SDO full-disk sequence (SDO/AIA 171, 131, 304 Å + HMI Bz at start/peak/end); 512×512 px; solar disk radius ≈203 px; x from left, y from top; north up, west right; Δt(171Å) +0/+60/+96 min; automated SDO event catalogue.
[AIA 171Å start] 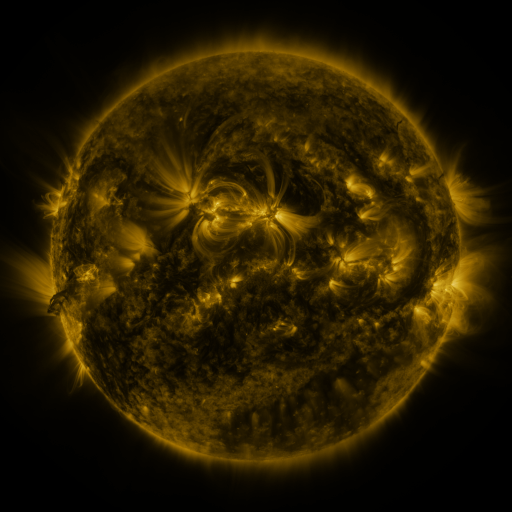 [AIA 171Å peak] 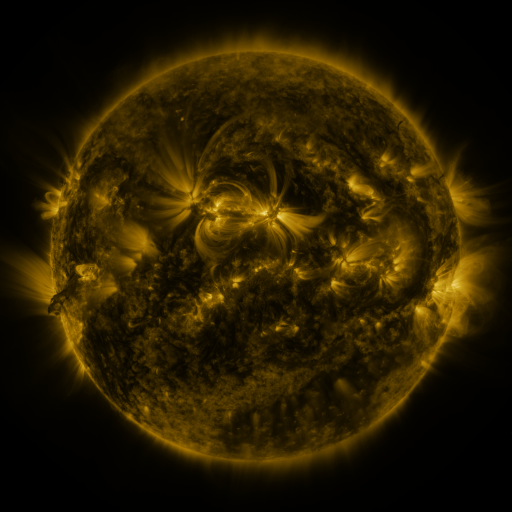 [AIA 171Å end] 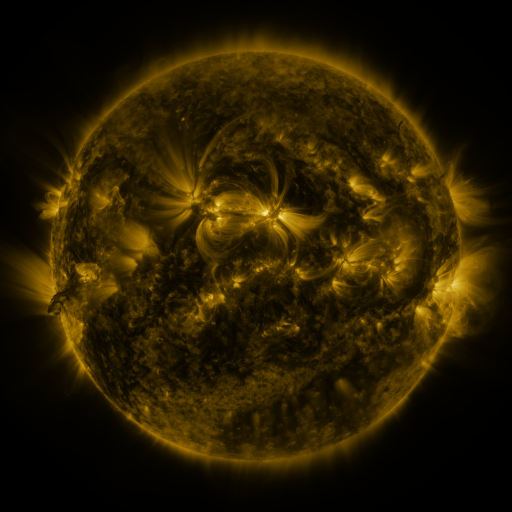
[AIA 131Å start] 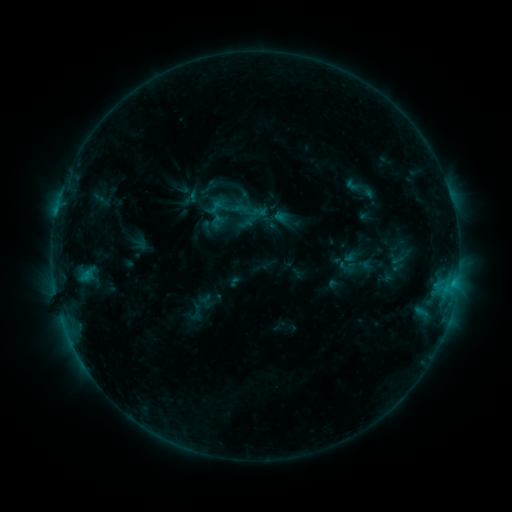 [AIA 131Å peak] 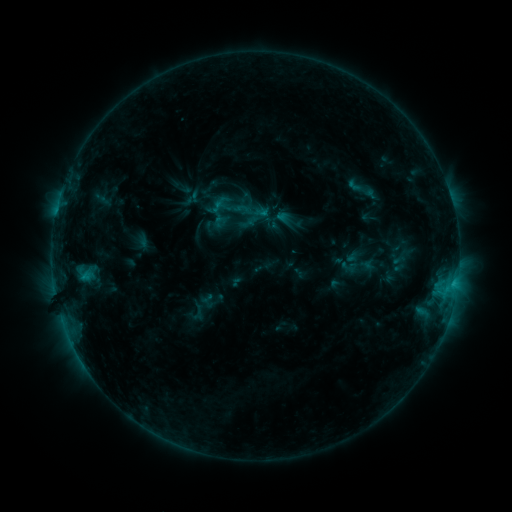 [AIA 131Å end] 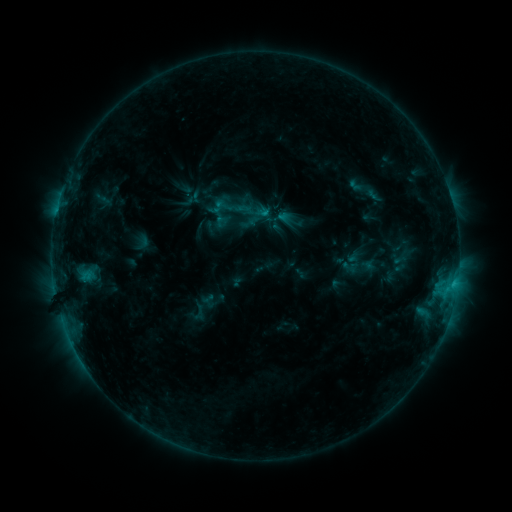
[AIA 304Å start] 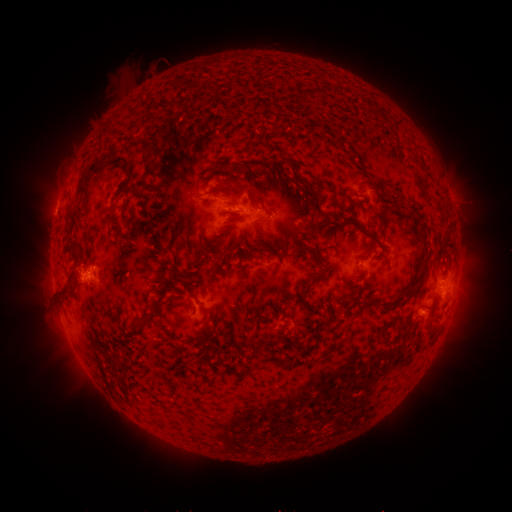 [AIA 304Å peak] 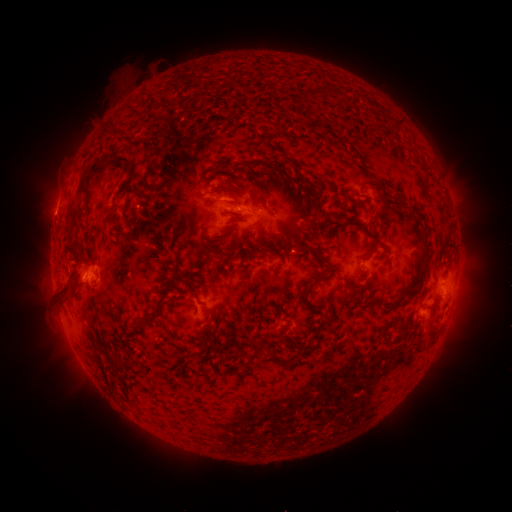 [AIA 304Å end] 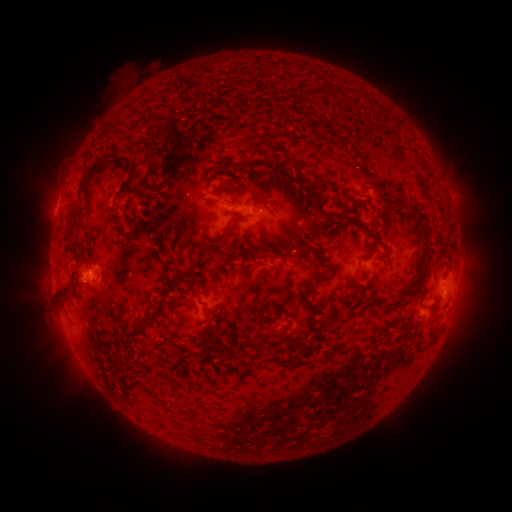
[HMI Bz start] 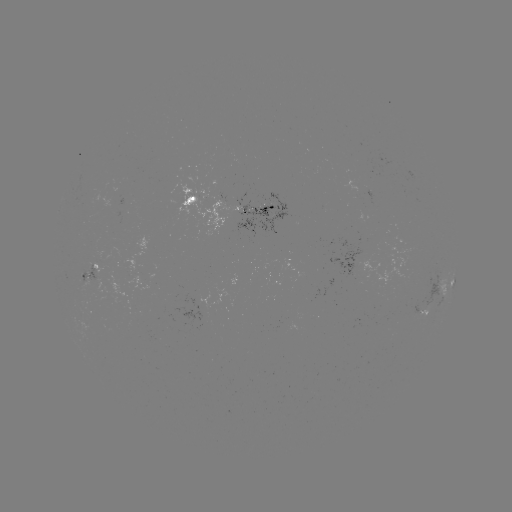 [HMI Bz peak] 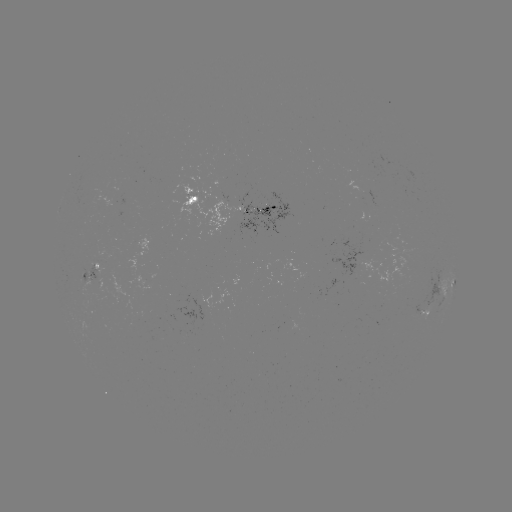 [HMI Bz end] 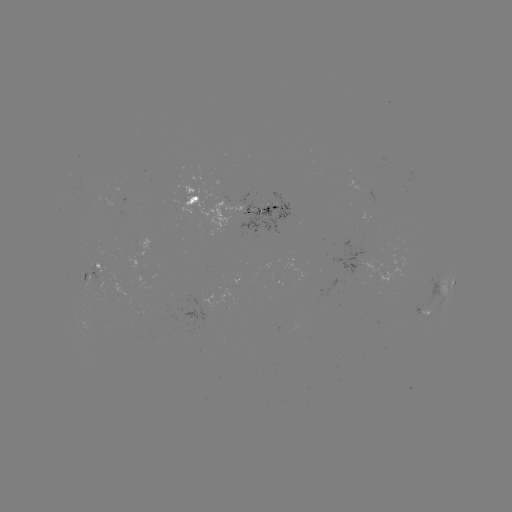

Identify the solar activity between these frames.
emerging-flux region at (90, 269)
